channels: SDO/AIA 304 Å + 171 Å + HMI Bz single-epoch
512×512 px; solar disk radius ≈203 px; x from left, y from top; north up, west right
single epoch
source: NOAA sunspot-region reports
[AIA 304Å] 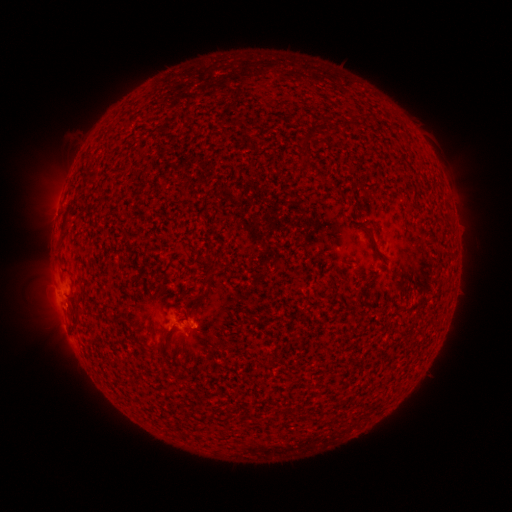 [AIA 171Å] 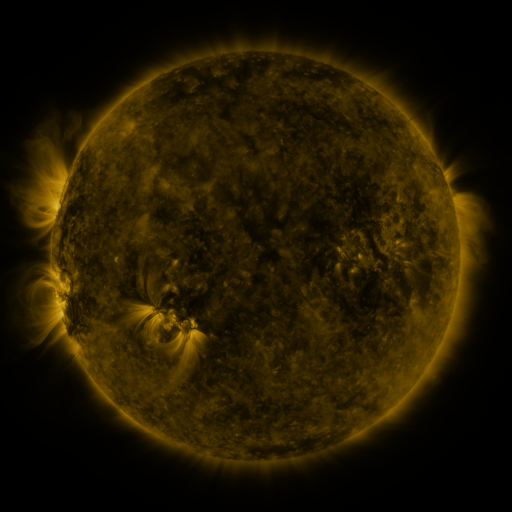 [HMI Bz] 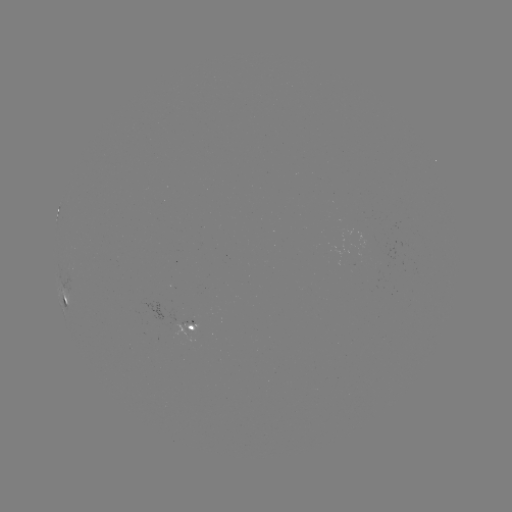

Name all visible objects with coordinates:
spotted active region: (66, 295)
spotted active region: (191, 324)
